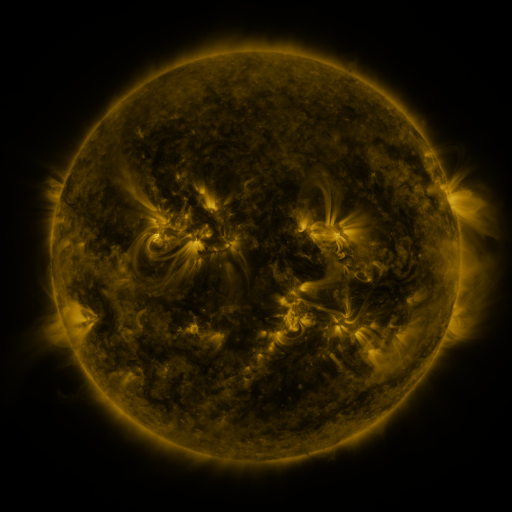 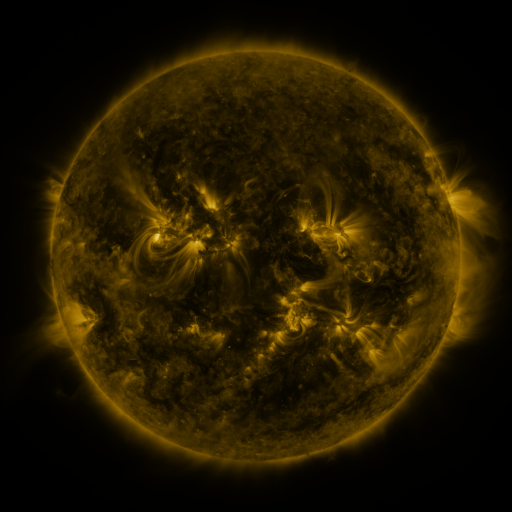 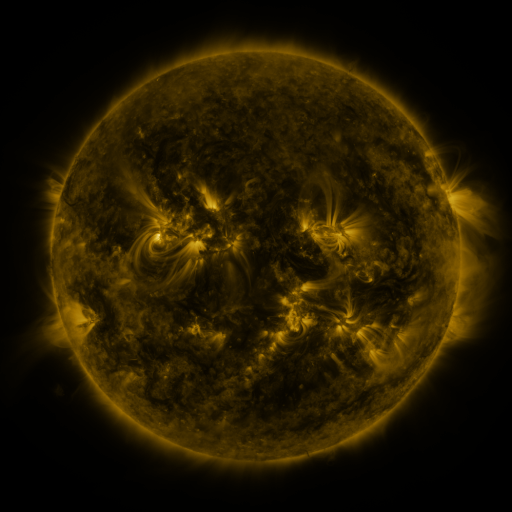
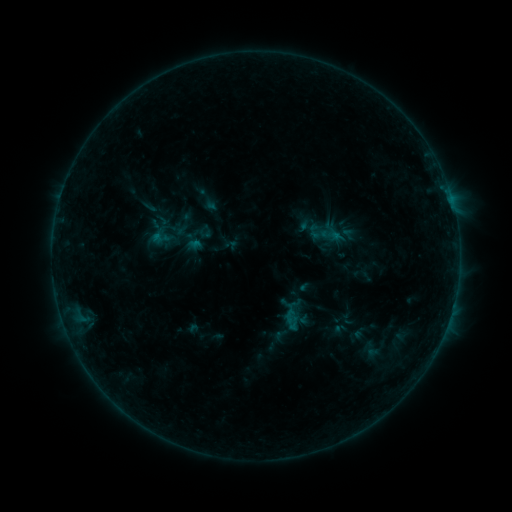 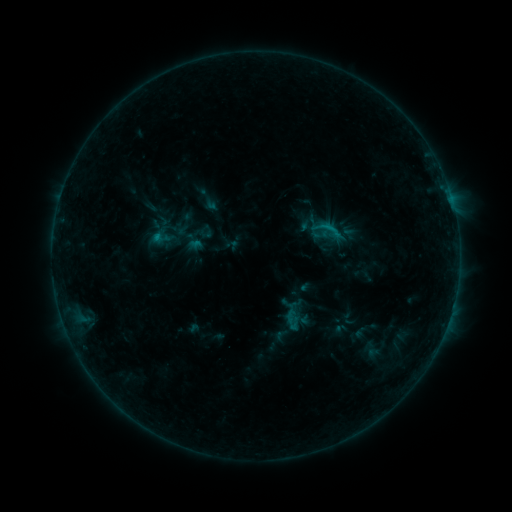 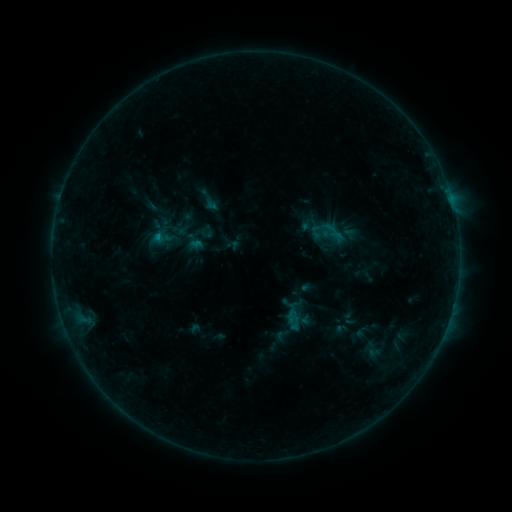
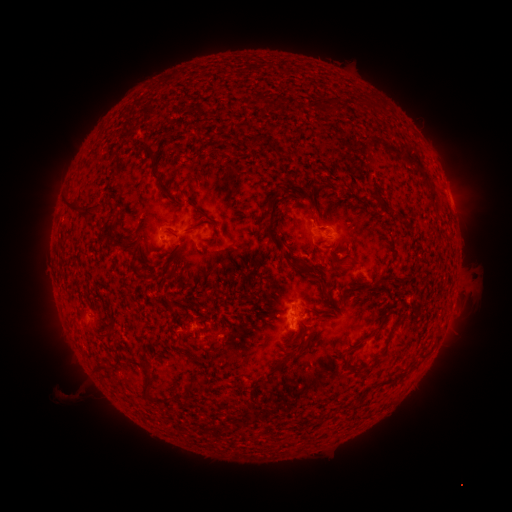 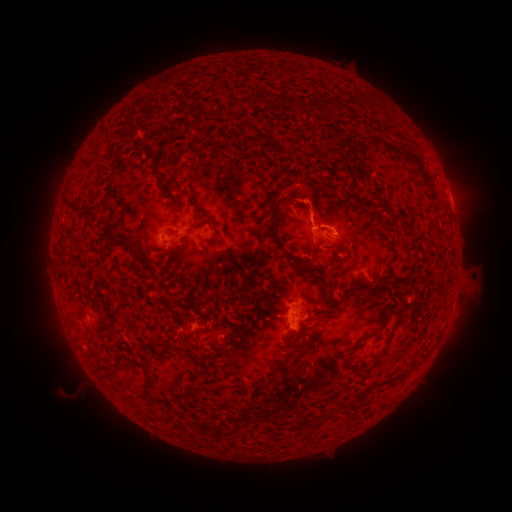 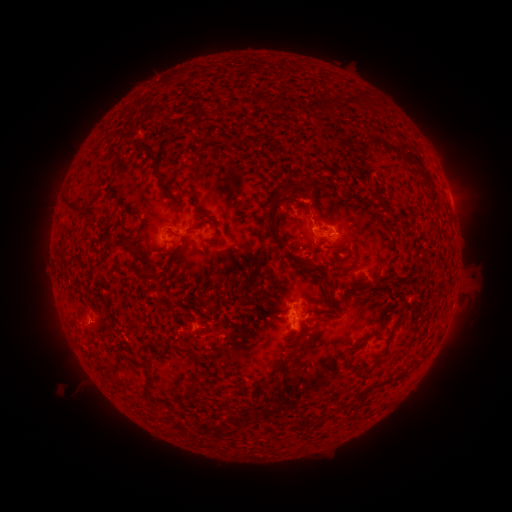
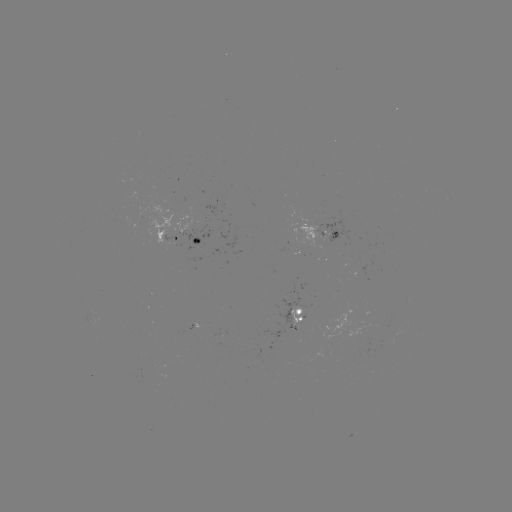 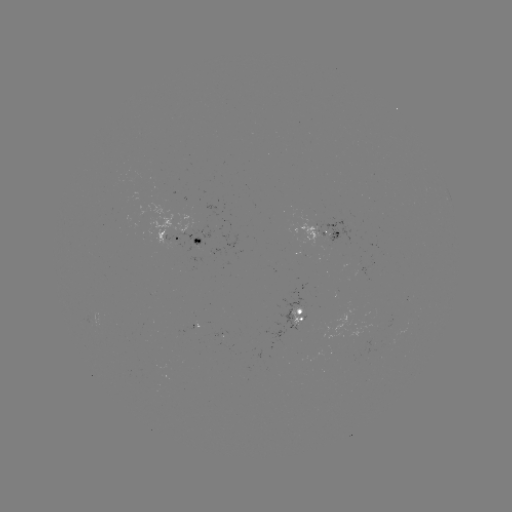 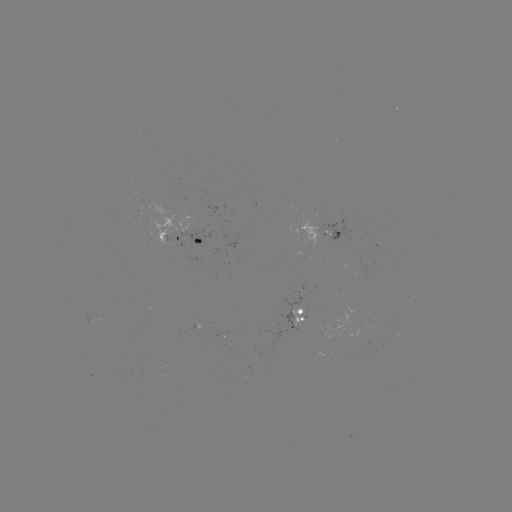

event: flare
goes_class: B5.4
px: (330, 230)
